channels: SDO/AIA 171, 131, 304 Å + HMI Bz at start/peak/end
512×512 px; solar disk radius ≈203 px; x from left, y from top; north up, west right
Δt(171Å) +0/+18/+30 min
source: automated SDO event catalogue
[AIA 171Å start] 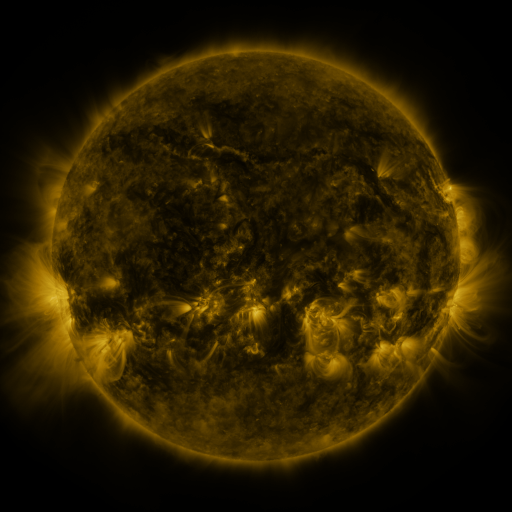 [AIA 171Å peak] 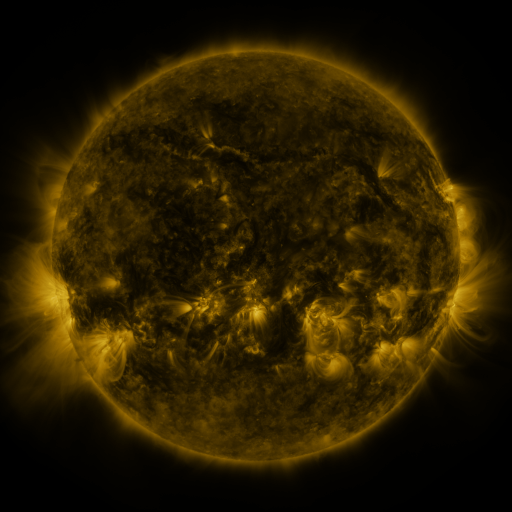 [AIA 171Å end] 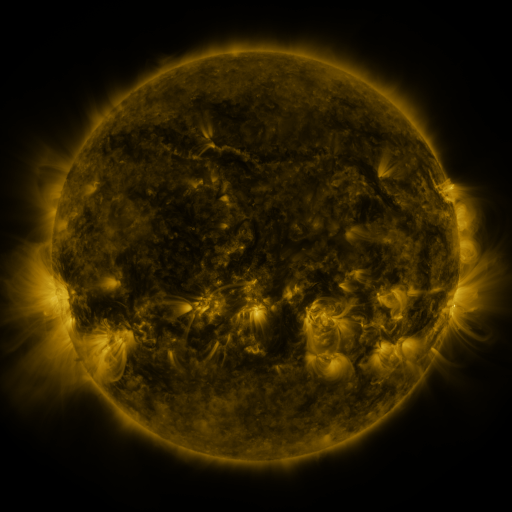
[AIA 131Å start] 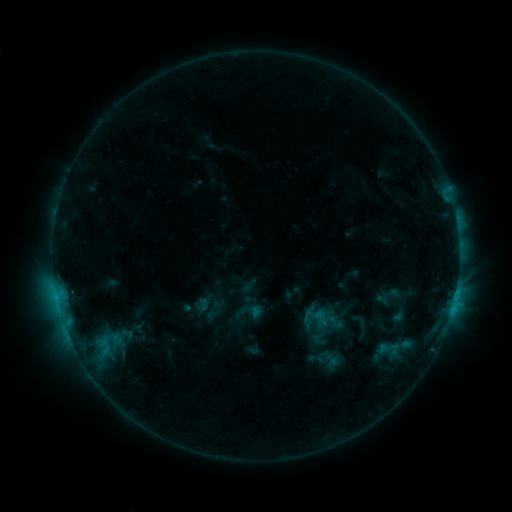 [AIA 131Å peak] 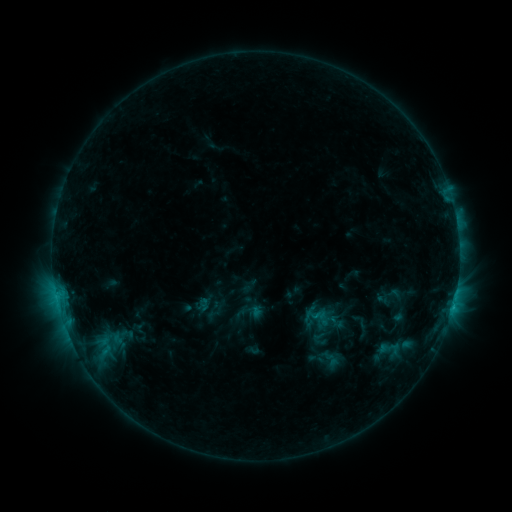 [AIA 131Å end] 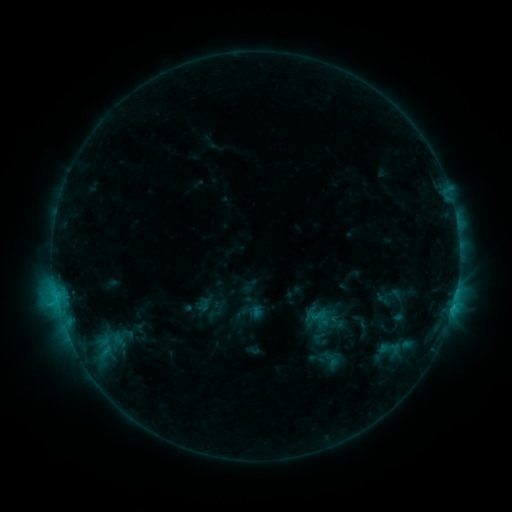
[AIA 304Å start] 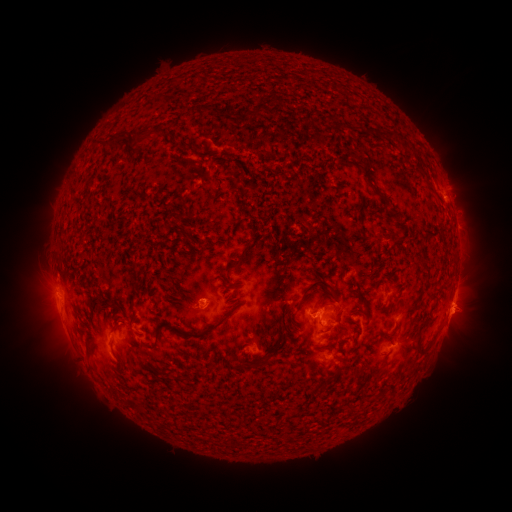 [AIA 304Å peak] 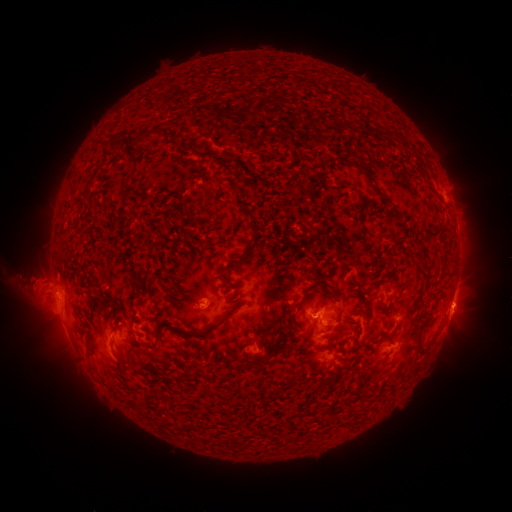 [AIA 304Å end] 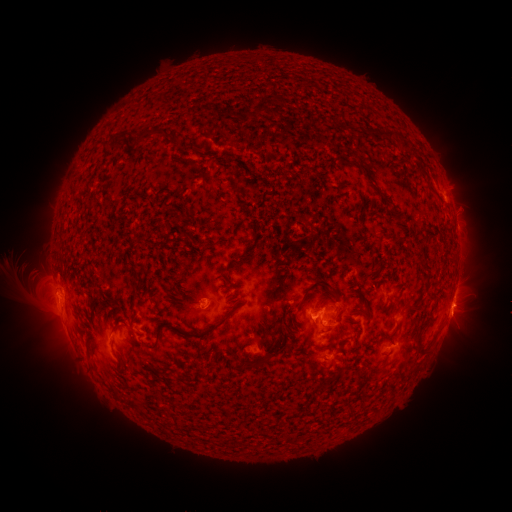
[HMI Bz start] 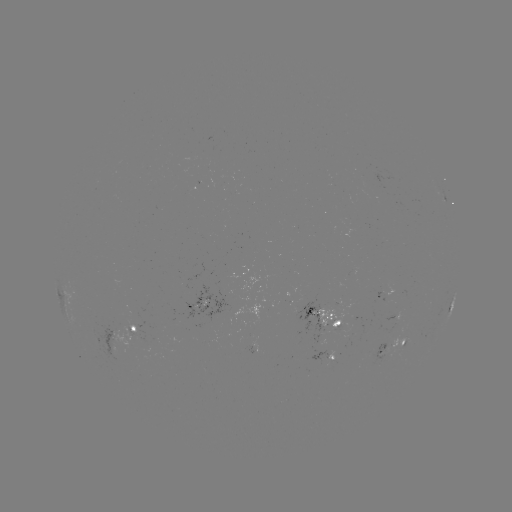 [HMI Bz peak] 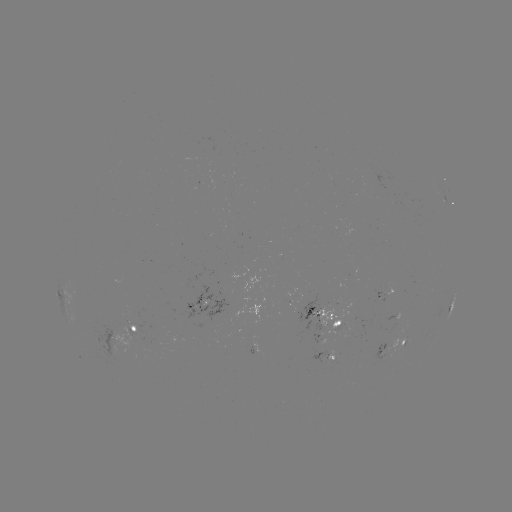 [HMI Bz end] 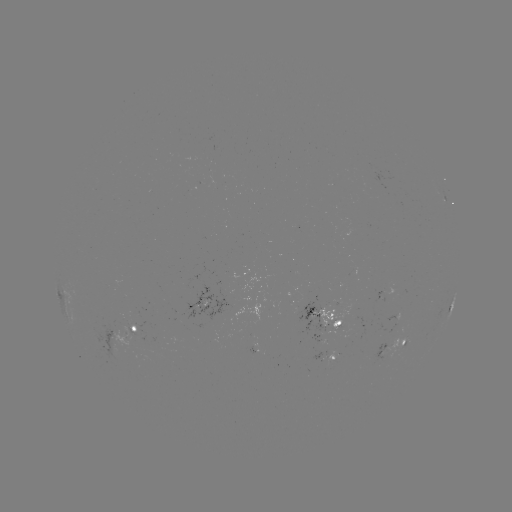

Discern eruption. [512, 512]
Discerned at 33,282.